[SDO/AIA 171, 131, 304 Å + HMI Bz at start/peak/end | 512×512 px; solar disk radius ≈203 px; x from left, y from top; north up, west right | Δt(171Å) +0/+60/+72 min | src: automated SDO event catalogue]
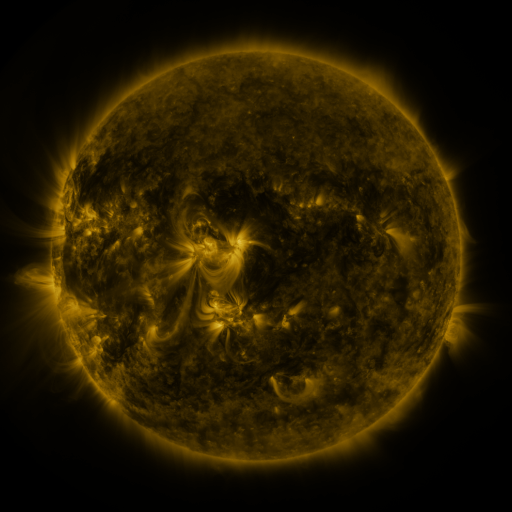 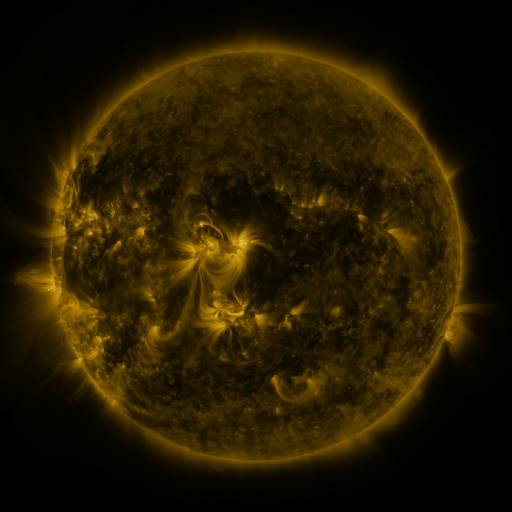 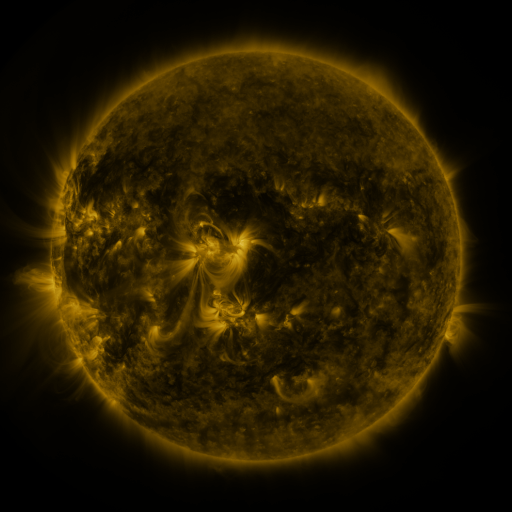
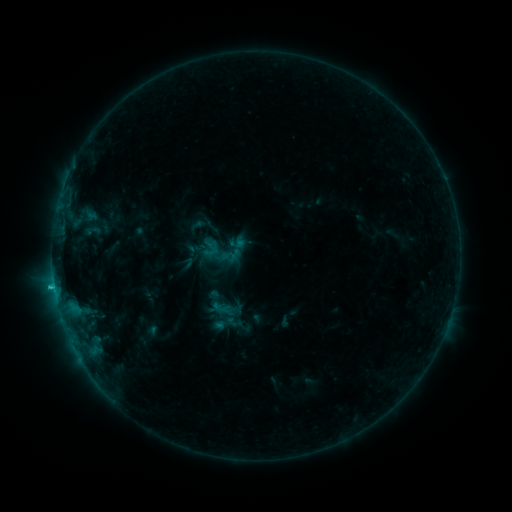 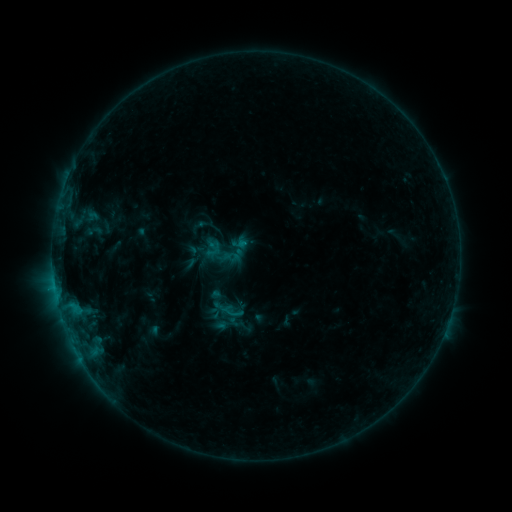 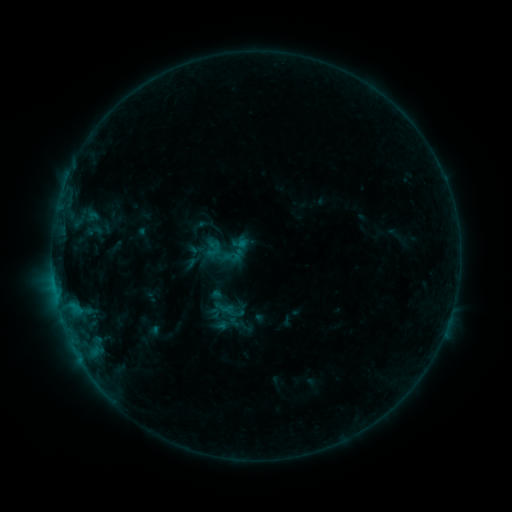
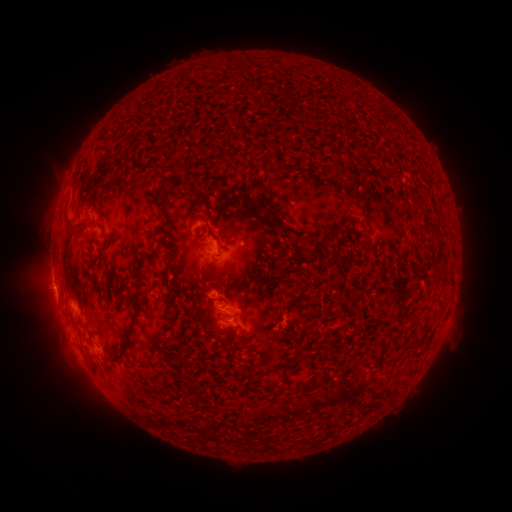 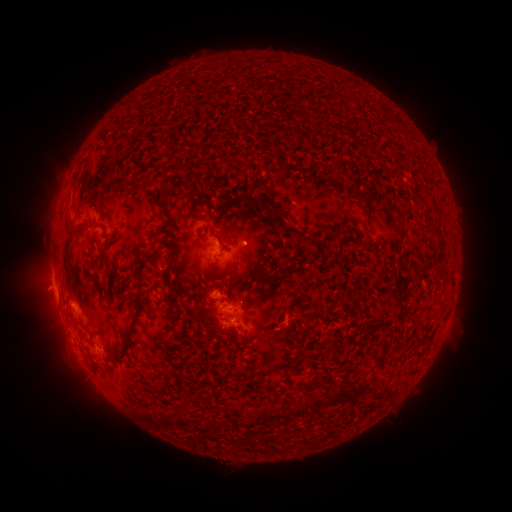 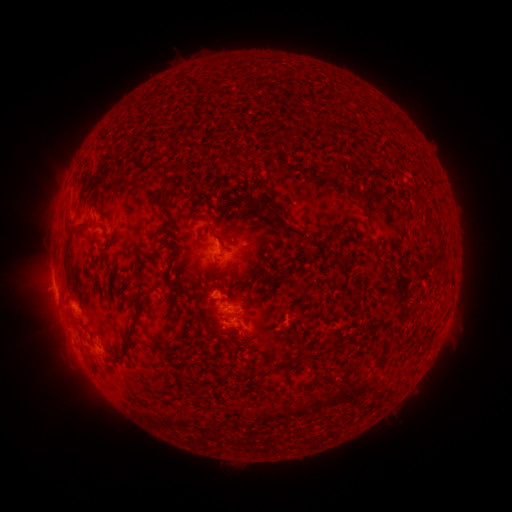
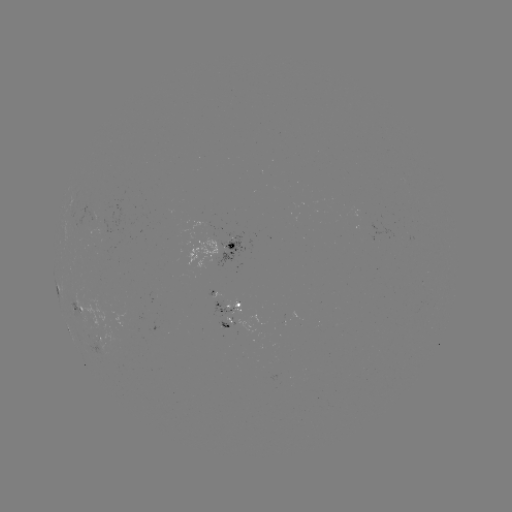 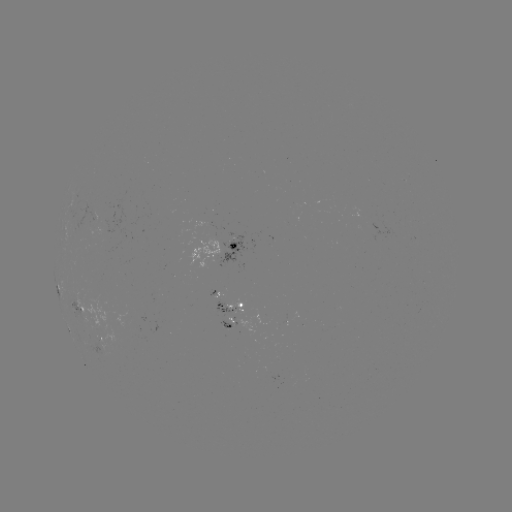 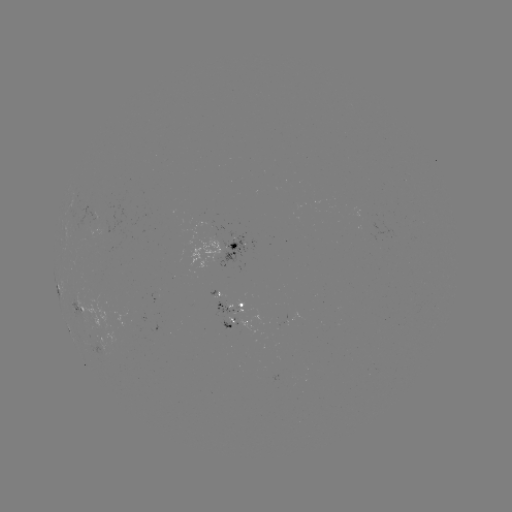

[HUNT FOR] emerging-flux region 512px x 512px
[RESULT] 238,307